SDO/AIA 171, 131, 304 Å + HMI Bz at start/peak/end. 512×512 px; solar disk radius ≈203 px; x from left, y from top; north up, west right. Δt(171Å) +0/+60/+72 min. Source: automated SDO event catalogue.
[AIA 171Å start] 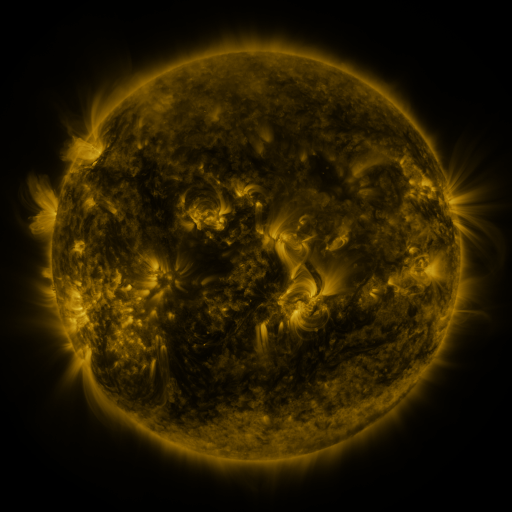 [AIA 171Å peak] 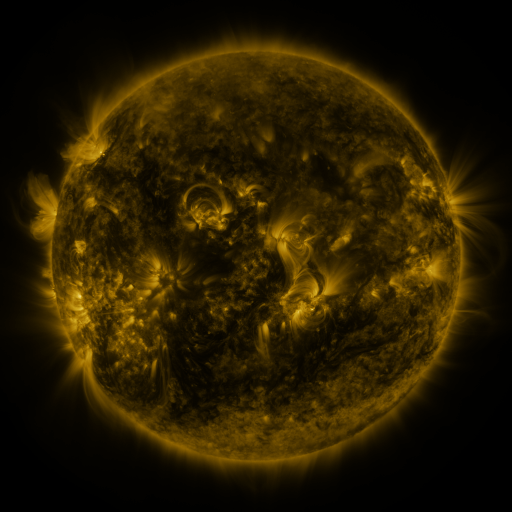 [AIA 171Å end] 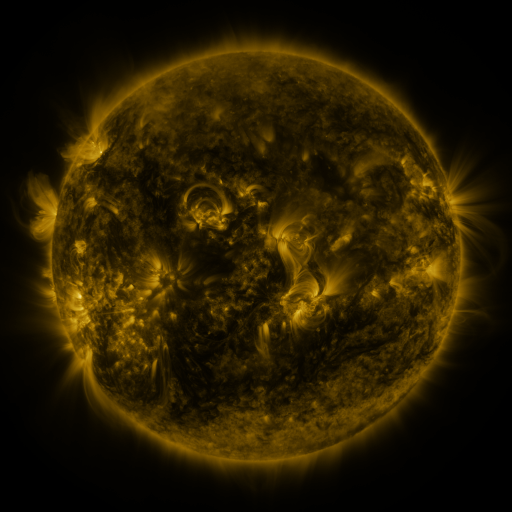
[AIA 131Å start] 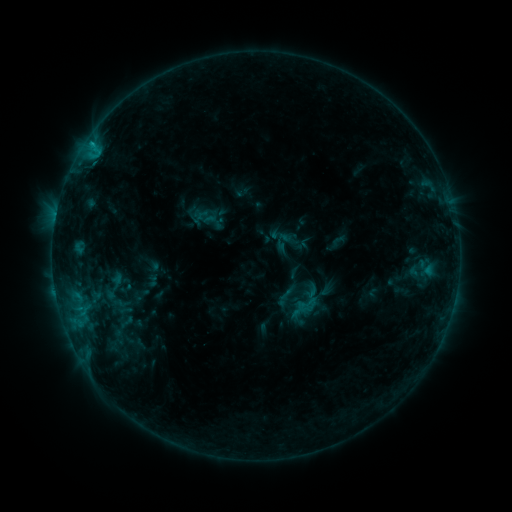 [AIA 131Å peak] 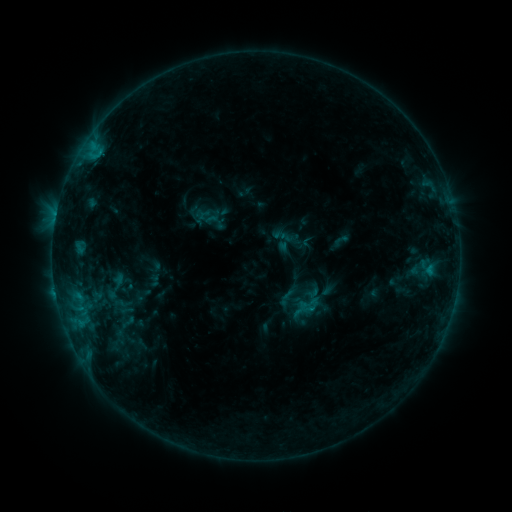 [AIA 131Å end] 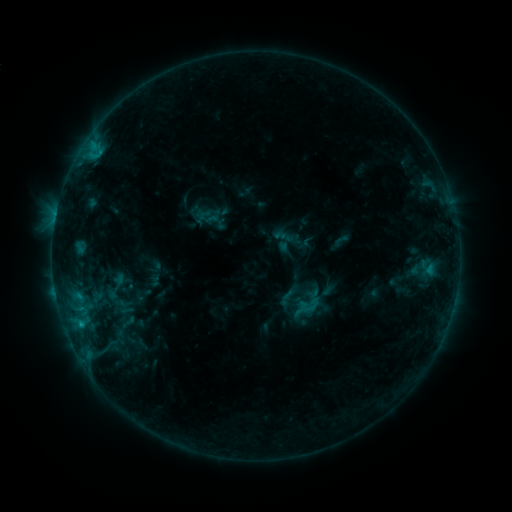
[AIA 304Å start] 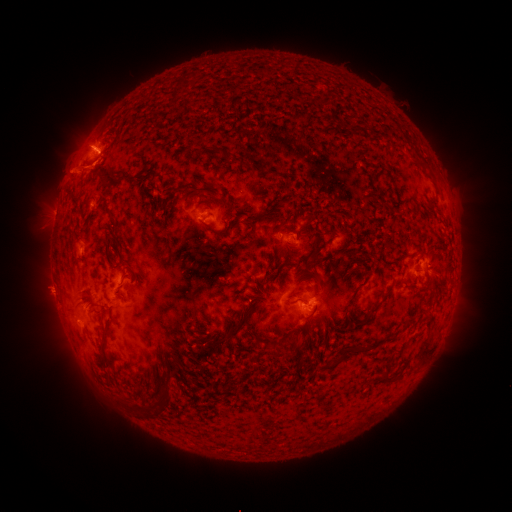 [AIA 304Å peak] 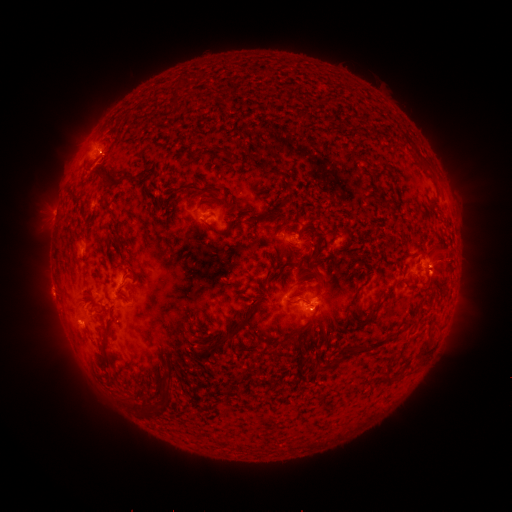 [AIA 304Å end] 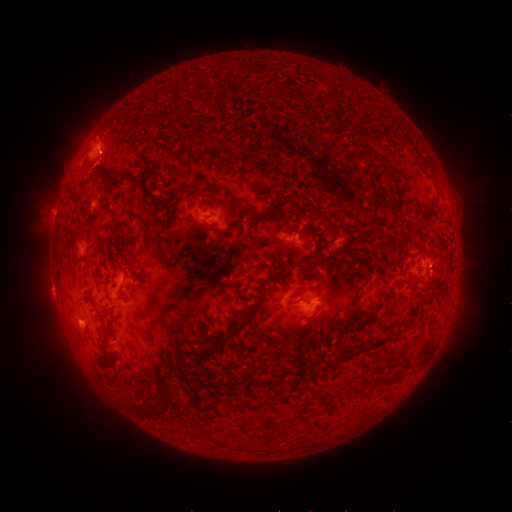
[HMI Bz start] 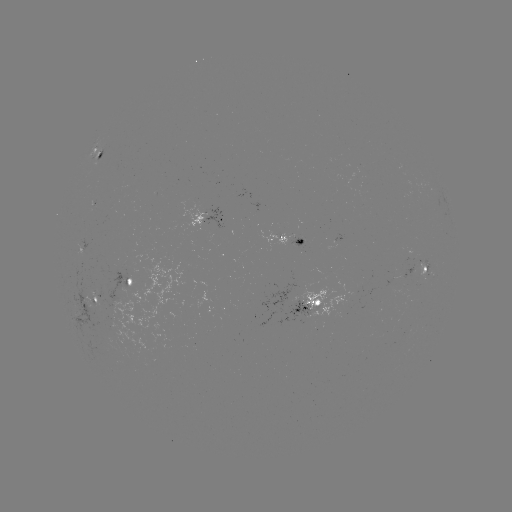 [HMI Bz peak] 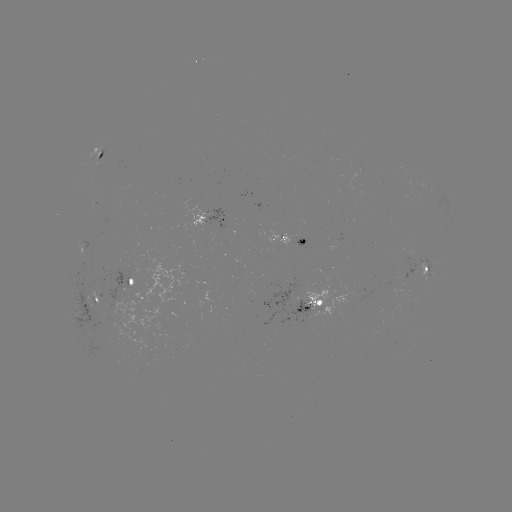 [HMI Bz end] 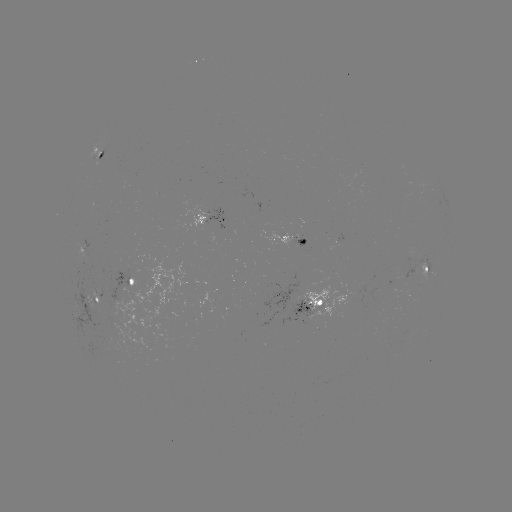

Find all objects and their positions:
emerging-flux region: (89, 305)
